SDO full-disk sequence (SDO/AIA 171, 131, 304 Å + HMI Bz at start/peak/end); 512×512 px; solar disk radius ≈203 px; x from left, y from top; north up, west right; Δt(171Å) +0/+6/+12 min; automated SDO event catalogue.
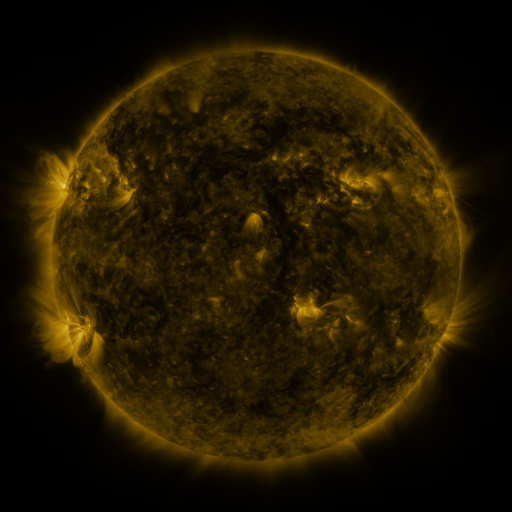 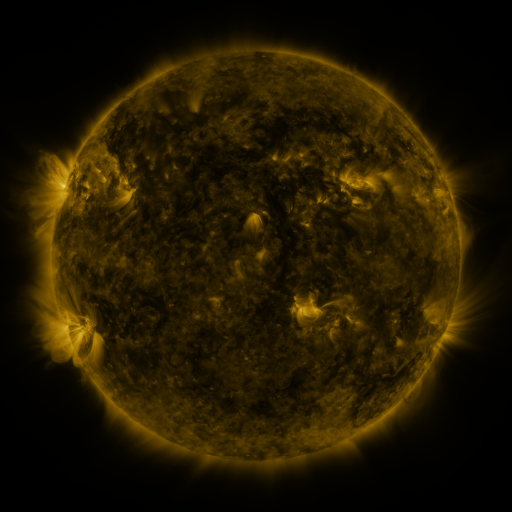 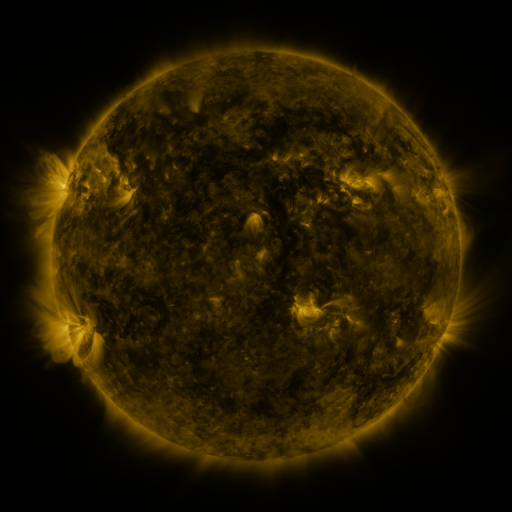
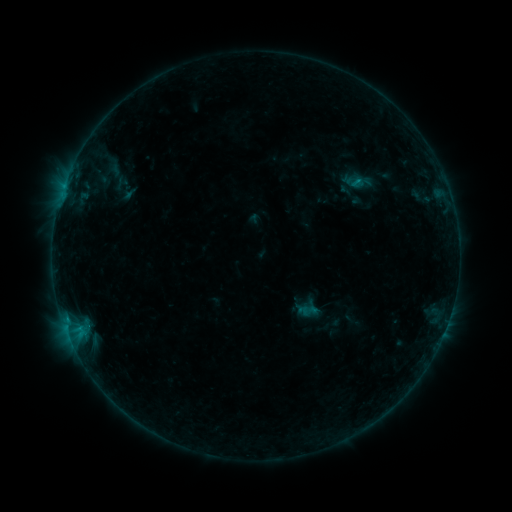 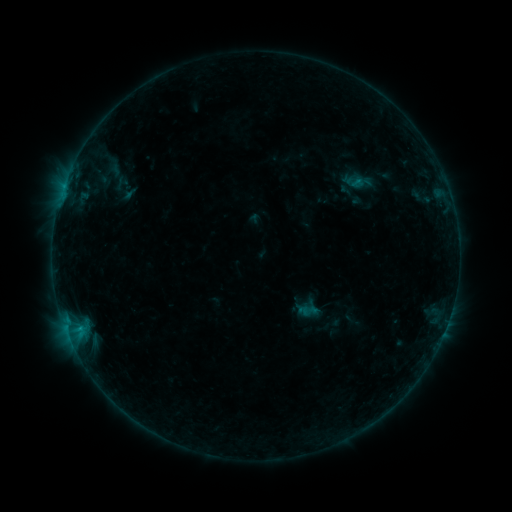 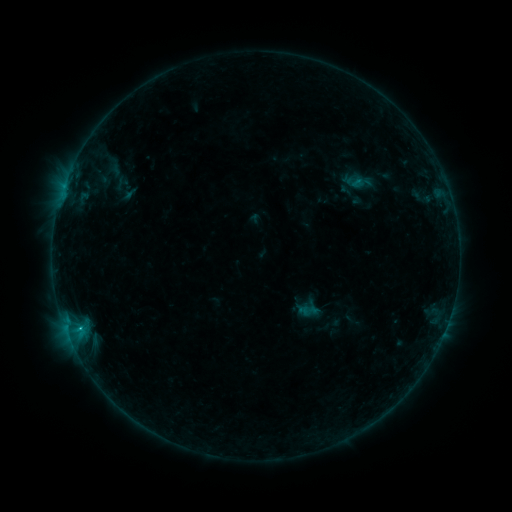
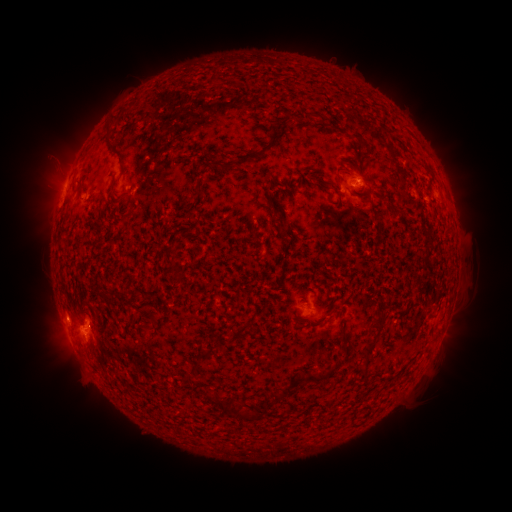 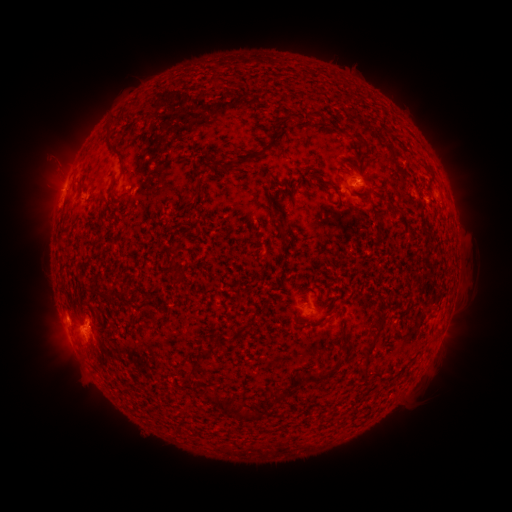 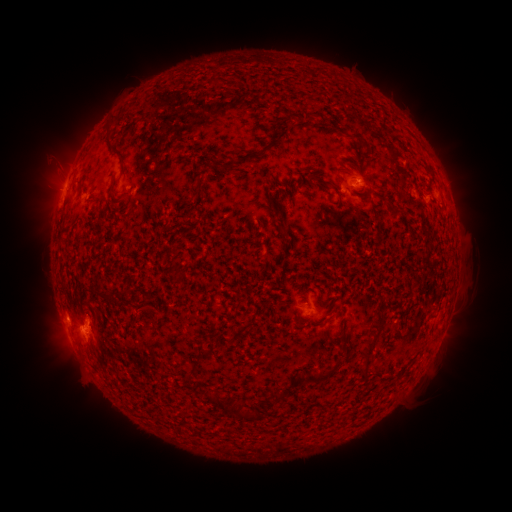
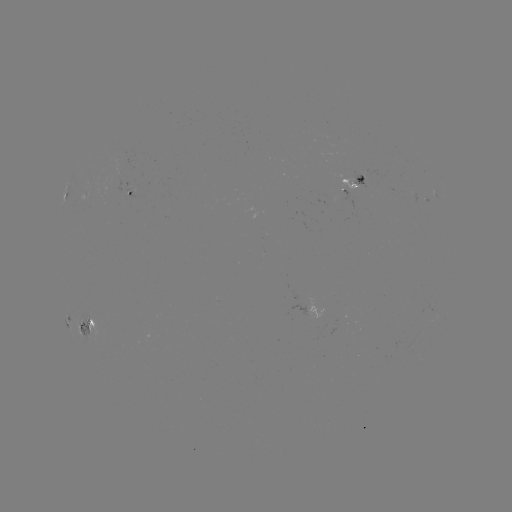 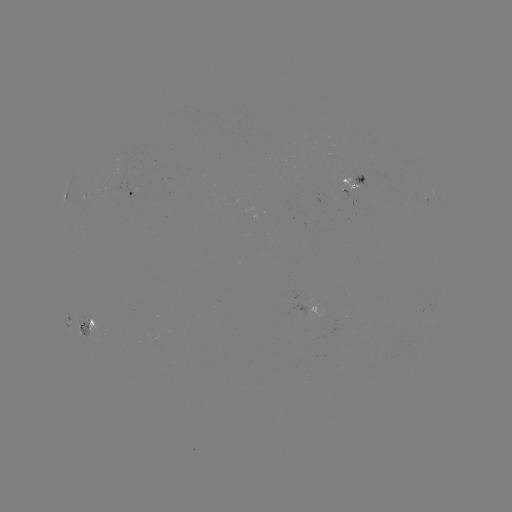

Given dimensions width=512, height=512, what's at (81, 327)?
B9.4 flare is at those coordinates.